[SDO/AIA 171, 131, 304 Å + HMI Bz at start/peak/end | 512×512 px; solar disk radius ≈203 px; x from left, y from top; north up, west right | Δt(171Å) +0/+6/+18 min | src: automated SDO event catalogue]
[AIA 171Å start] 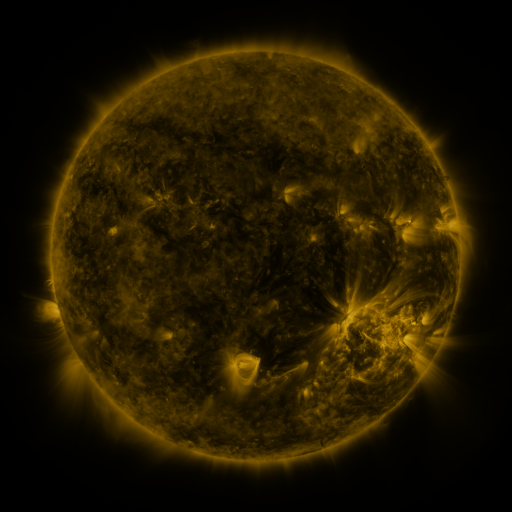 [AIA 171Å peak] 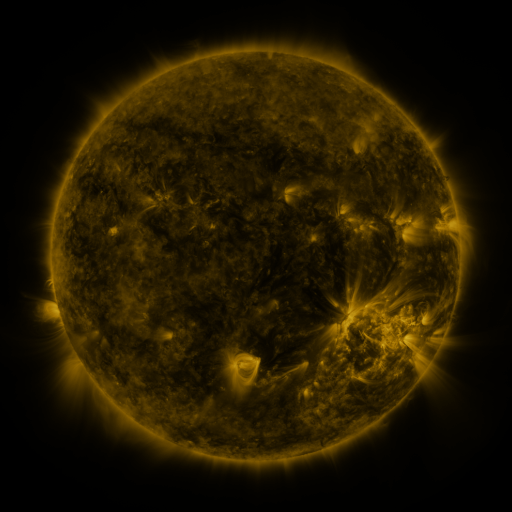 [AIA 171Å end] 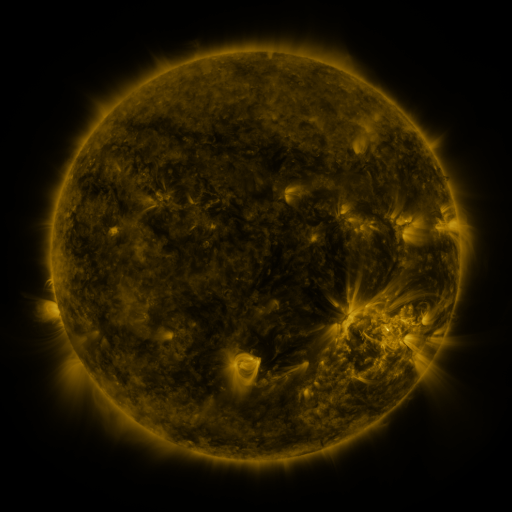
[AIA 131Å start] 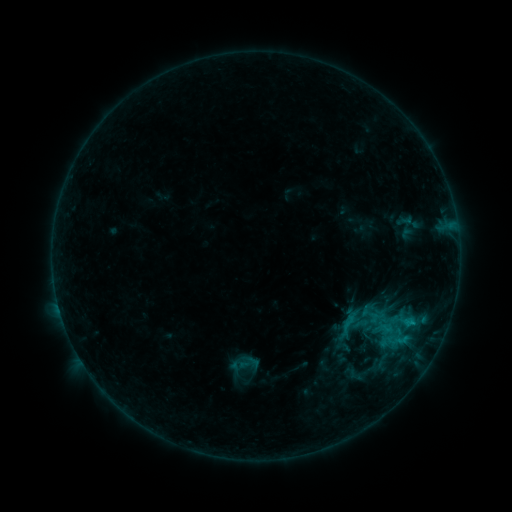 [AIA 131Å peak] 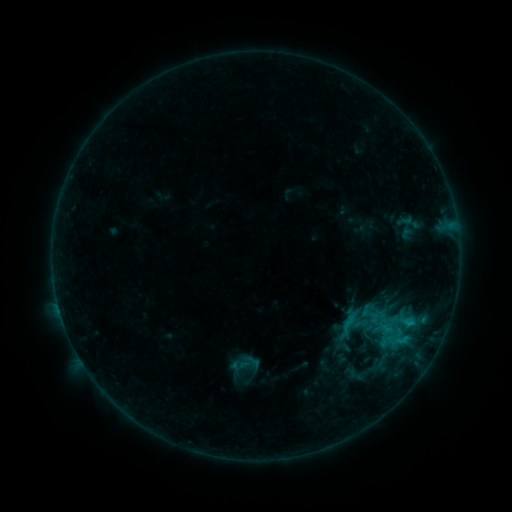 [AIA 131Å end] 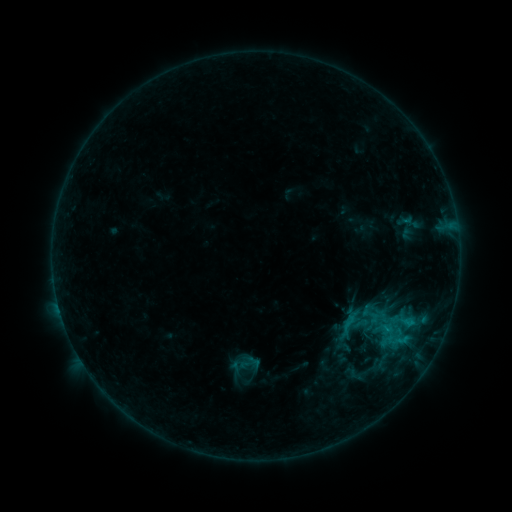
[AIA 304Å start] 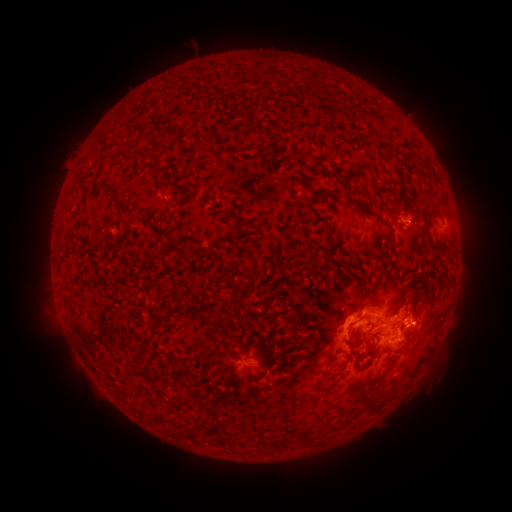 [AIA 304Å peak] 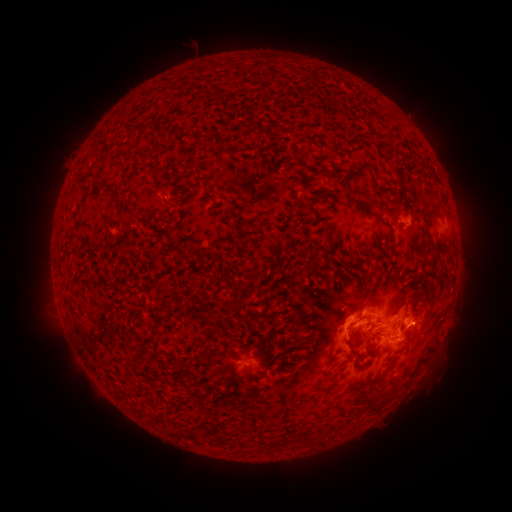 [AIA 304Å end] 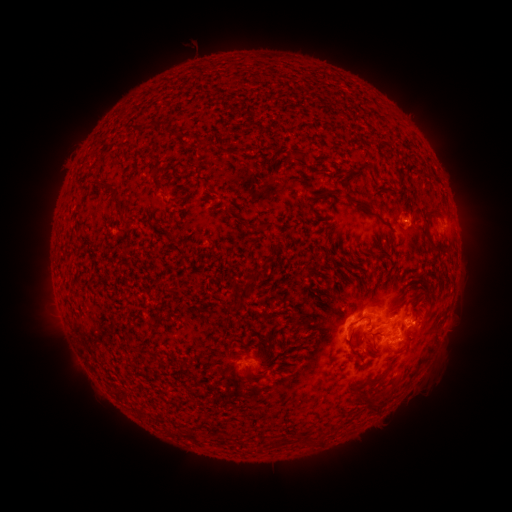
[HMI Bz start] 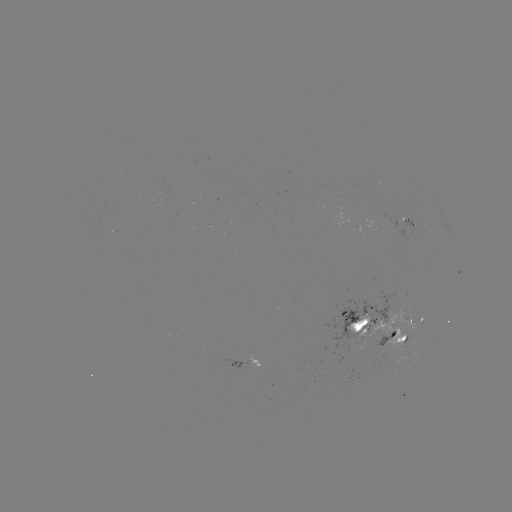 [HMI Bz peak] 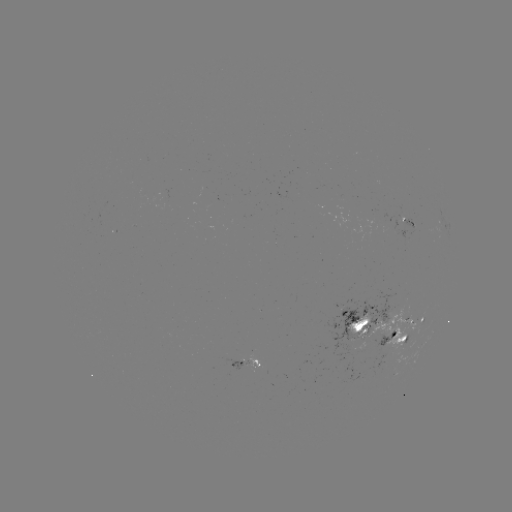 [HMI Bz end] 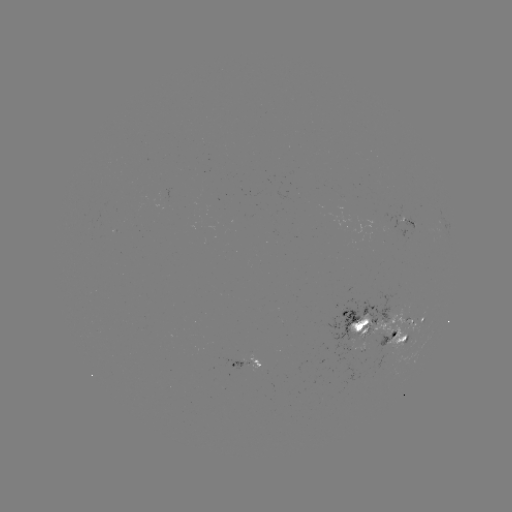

no classed flare was catalogued and no EUV brightening was flagged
